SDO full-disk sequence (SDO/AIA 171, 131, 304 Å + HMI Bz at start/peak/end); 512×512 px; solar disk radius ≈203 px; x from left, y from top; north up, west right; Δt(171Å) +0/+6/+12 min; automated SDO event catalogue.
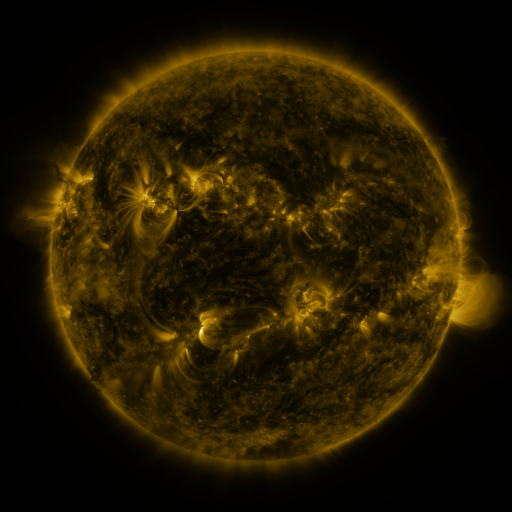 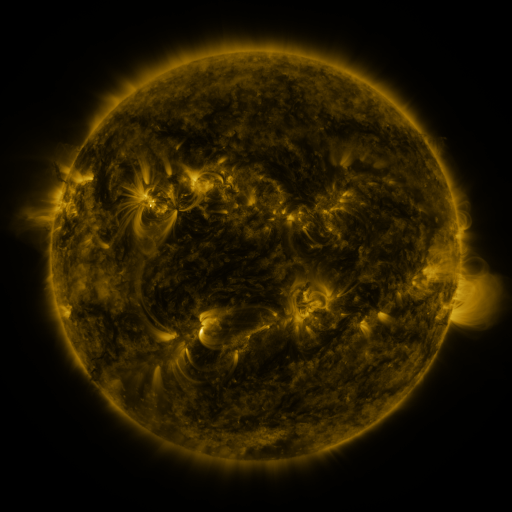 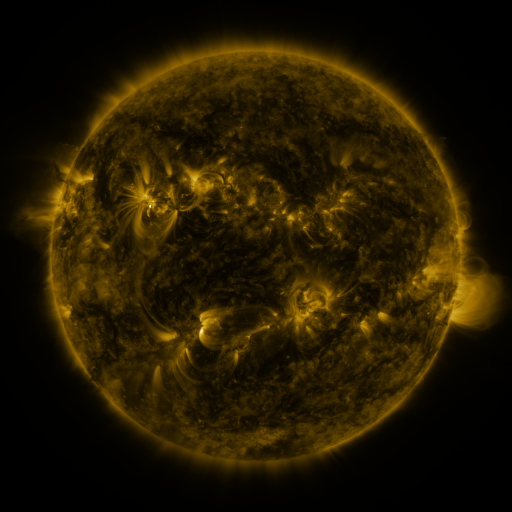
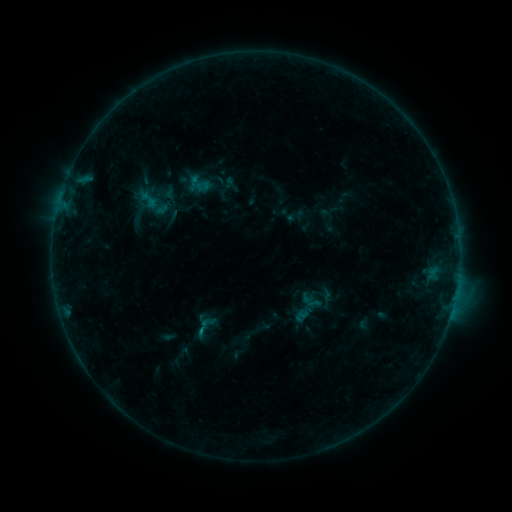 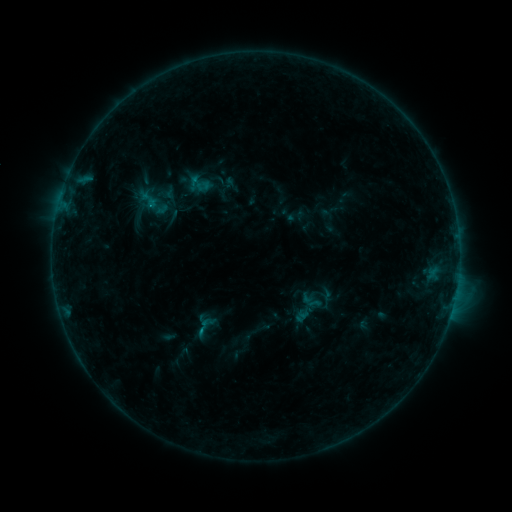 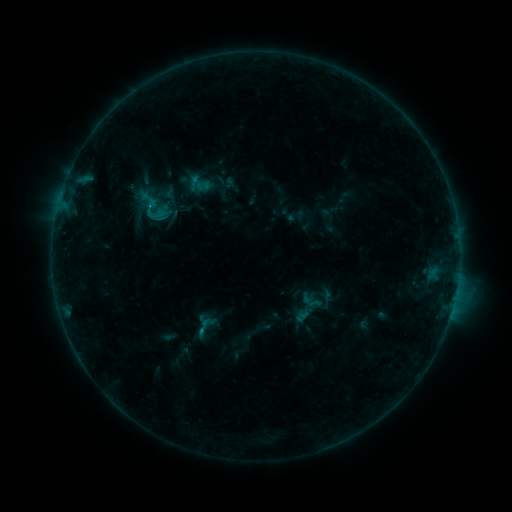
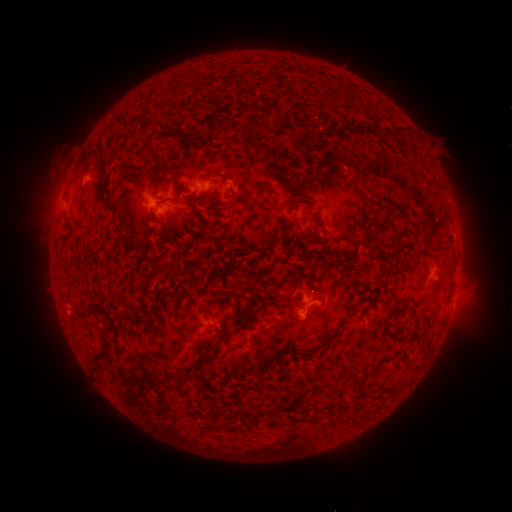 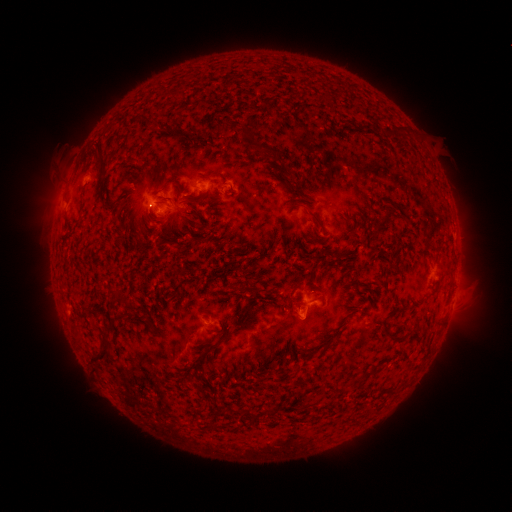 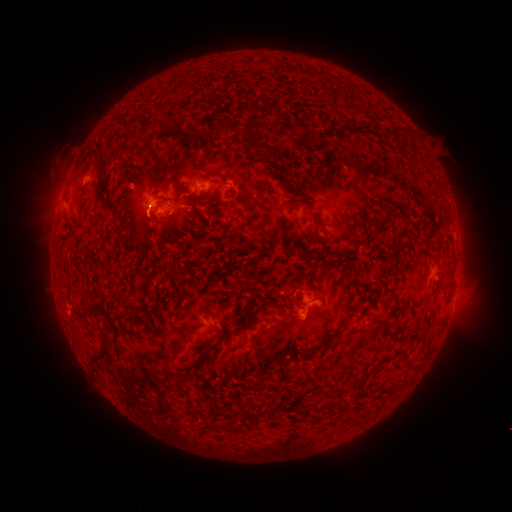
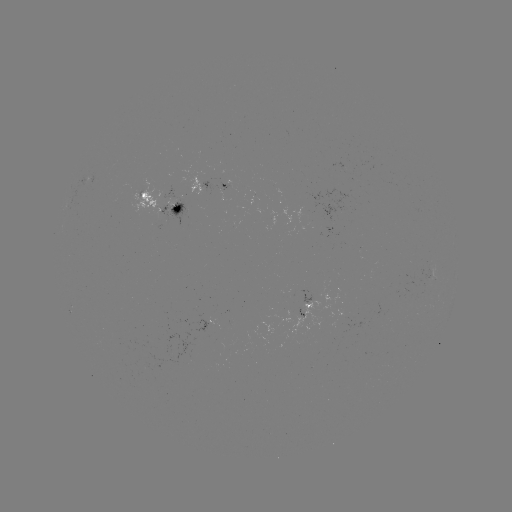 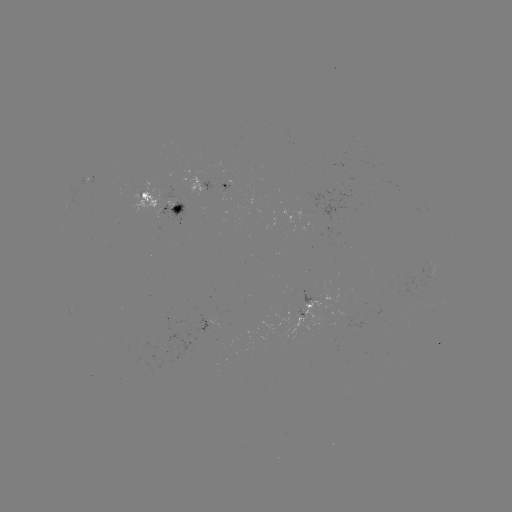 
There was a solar flare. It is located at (150, 206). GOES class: C1.3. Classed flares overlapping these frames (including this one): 1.